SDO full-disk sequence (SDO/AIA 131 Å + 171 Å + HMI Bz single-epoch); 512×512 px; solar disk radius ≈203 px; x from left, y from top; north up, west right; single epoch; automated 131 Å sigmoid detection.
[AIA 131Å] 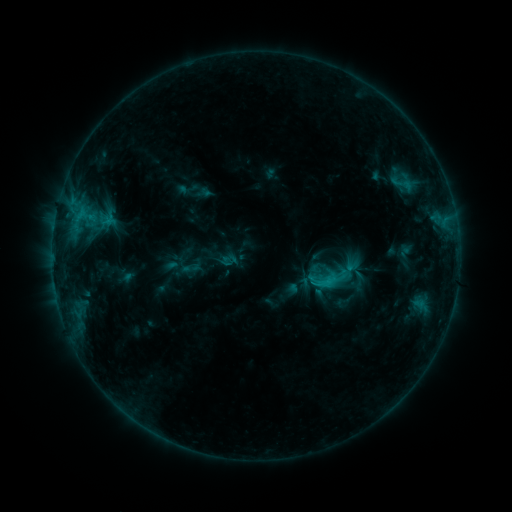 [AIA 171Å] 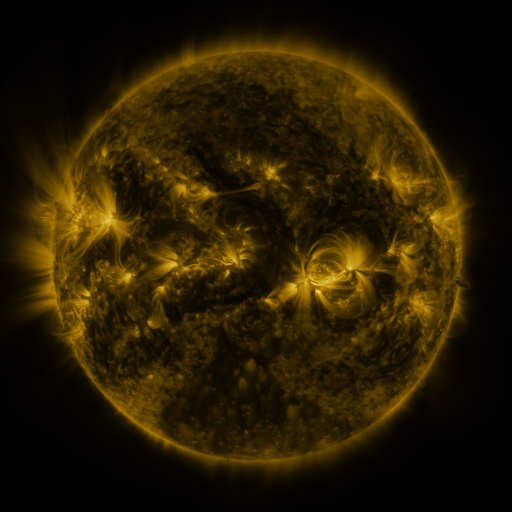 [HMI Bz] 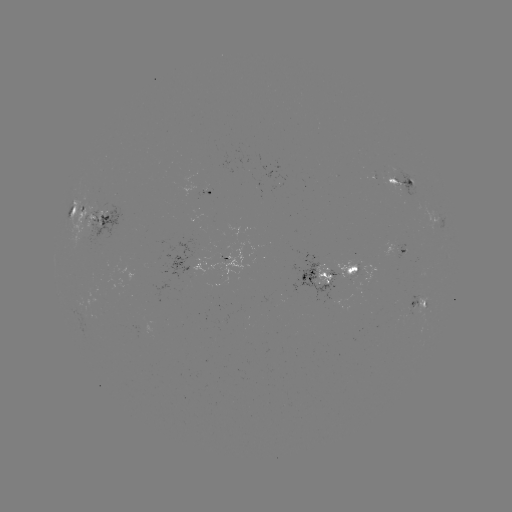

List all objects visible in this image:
sigmoid: (202, 254)
sigmoid: (325, 279)
